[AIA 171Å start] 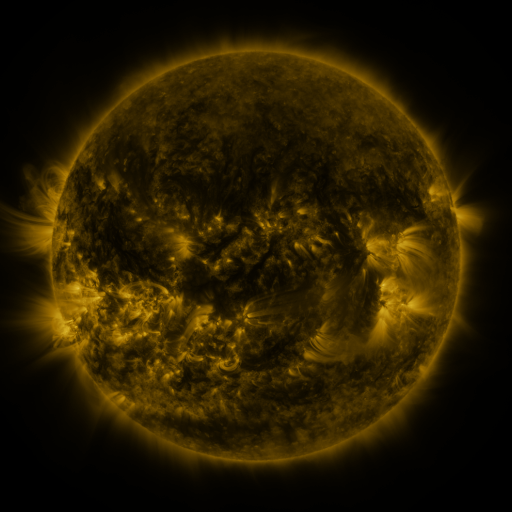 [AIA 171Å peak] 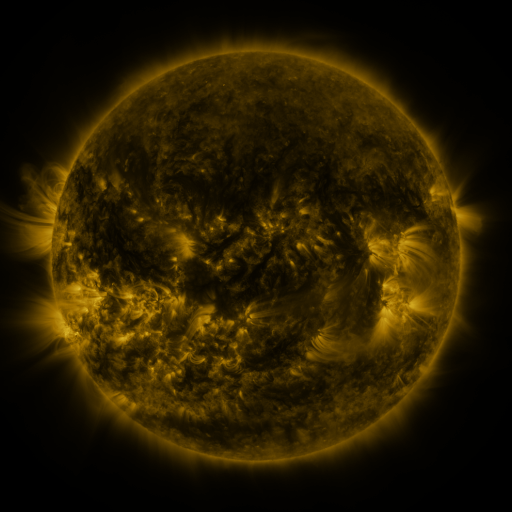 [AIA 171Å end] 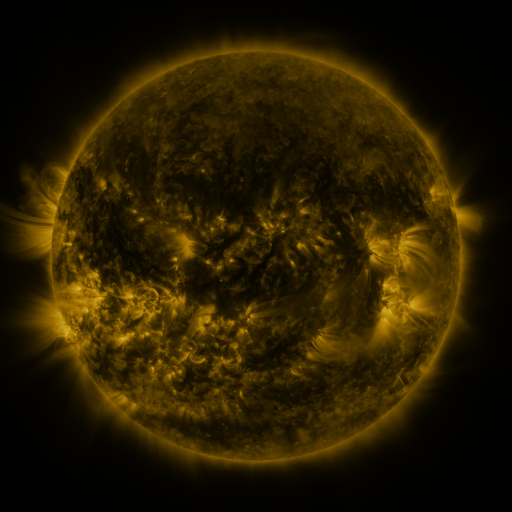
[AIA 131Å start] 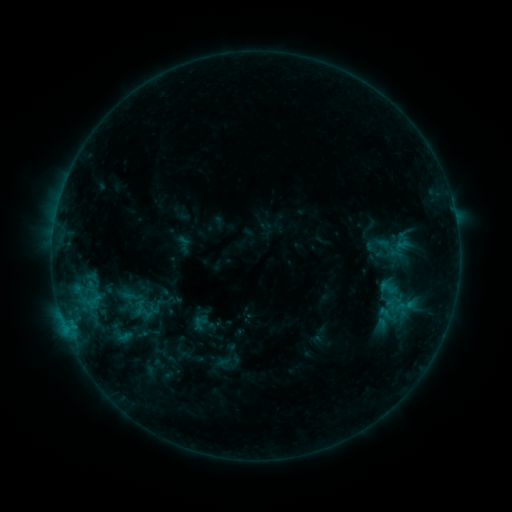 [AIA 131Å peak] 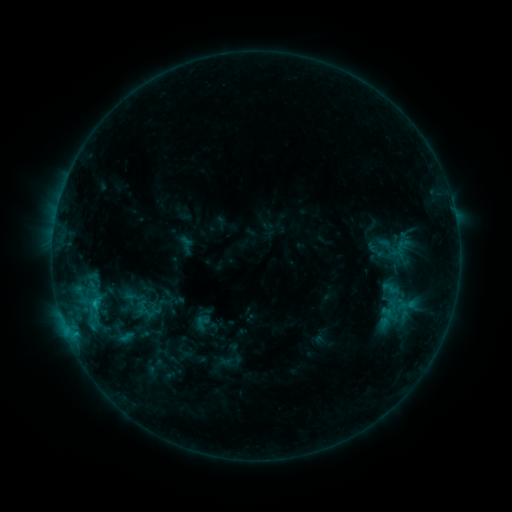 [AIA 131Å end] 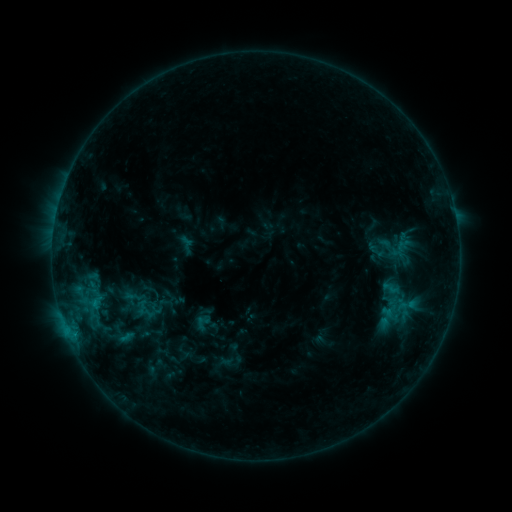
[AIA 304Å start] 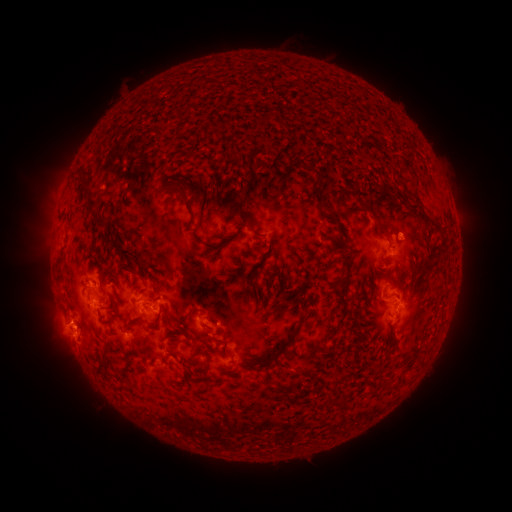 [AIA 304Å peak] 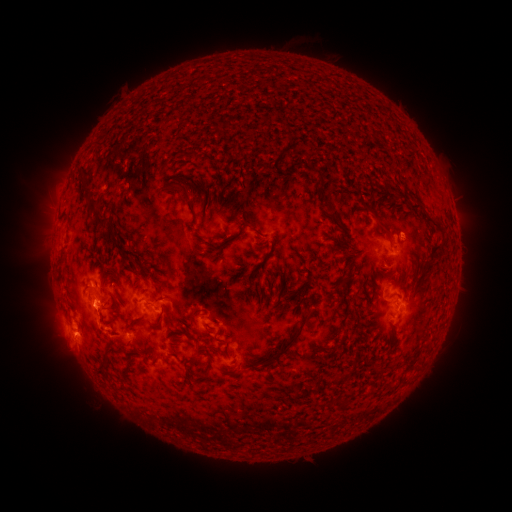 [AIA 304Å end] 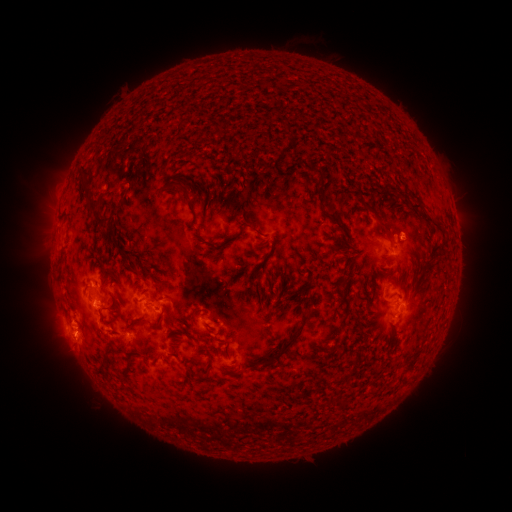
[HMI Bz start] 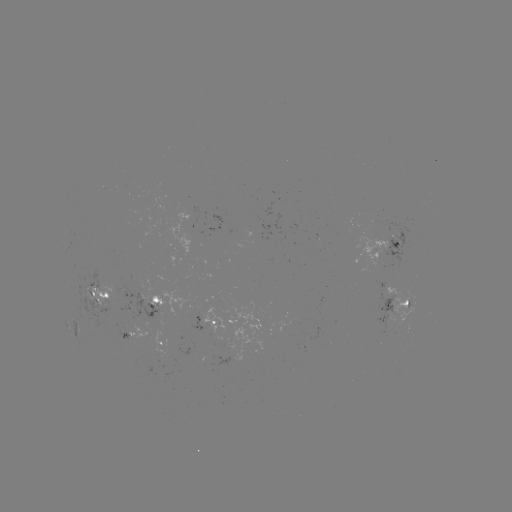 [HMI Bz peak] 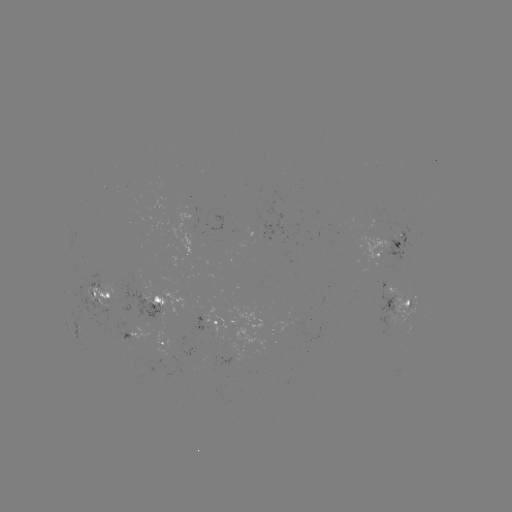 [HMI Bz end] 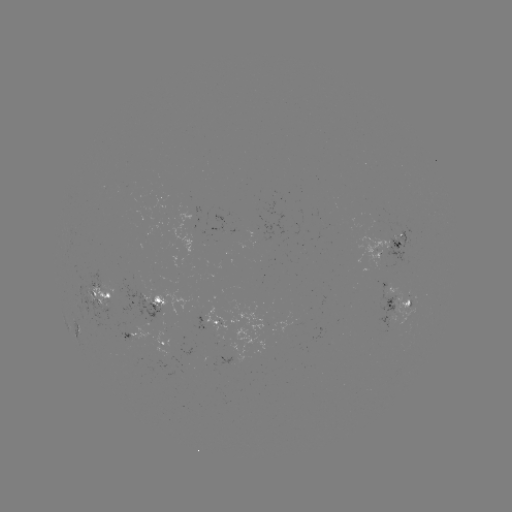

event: emerging-flux region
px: (384, 253)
